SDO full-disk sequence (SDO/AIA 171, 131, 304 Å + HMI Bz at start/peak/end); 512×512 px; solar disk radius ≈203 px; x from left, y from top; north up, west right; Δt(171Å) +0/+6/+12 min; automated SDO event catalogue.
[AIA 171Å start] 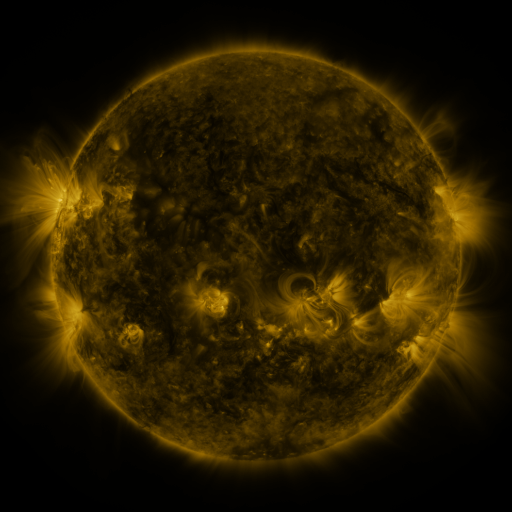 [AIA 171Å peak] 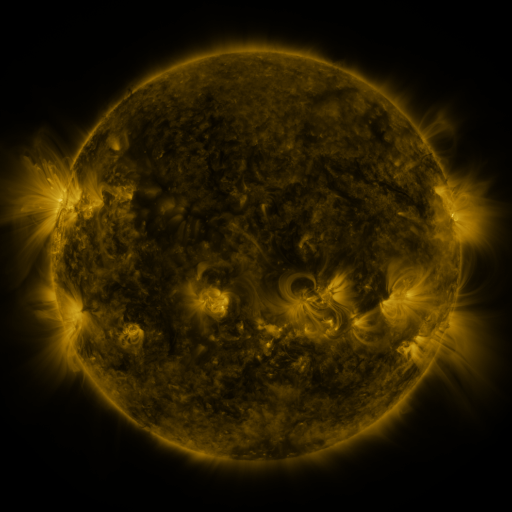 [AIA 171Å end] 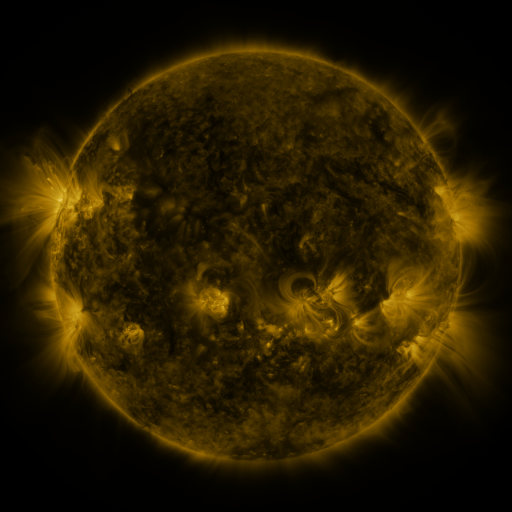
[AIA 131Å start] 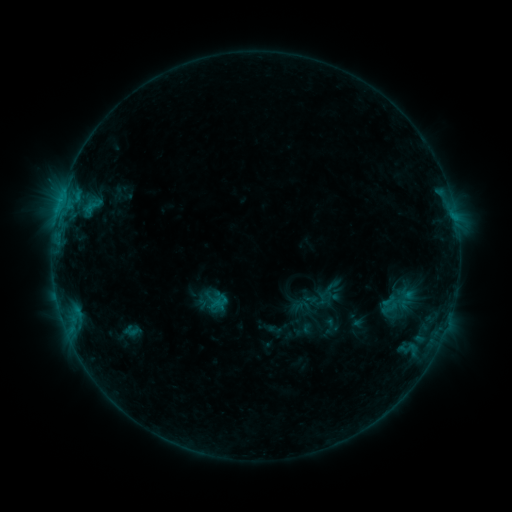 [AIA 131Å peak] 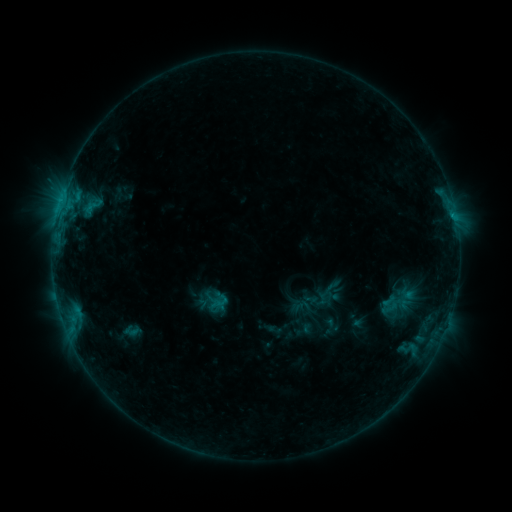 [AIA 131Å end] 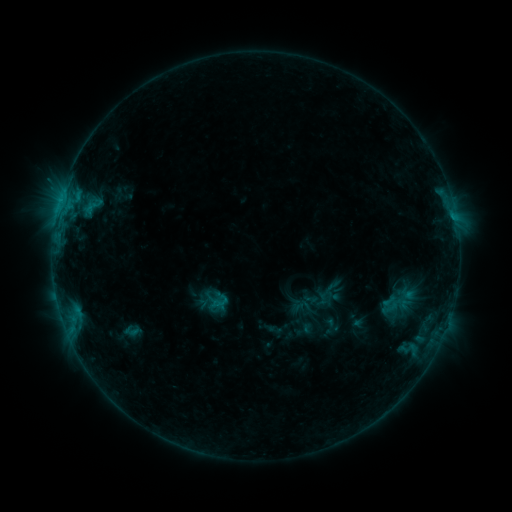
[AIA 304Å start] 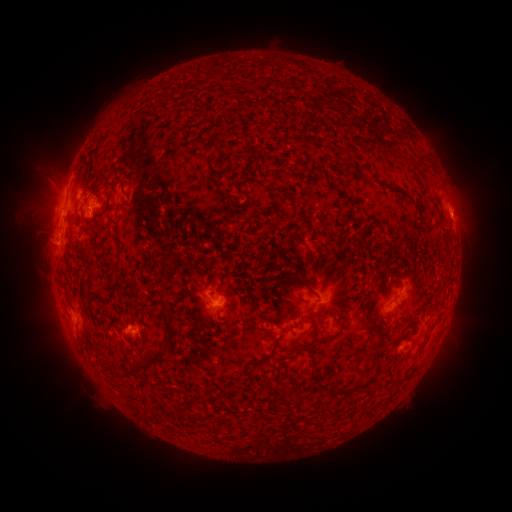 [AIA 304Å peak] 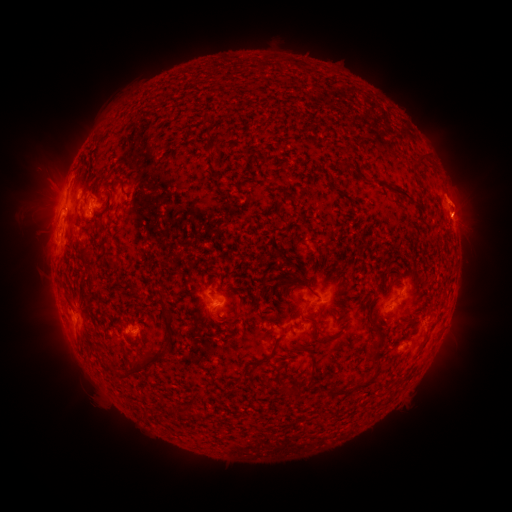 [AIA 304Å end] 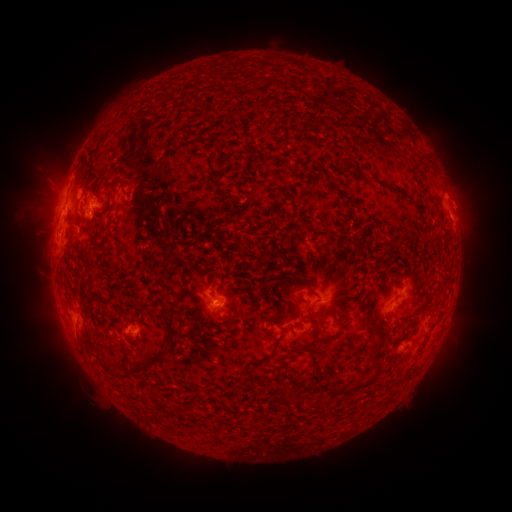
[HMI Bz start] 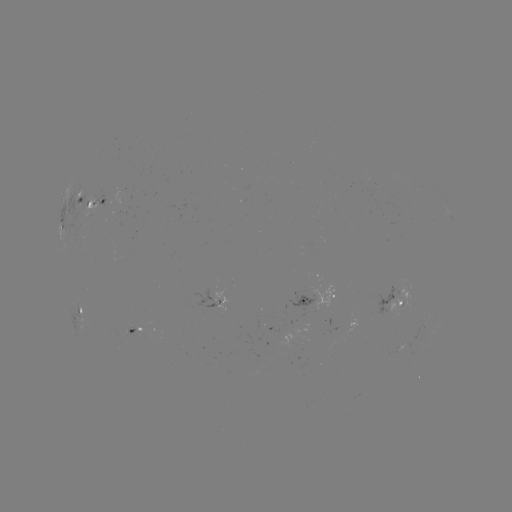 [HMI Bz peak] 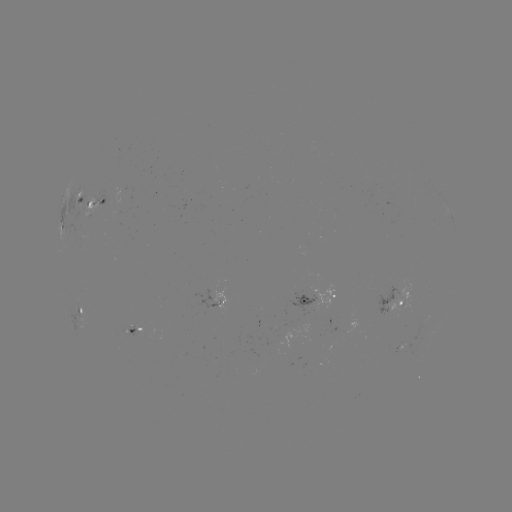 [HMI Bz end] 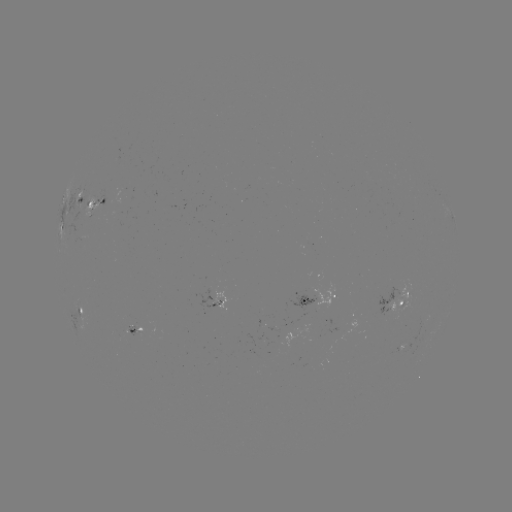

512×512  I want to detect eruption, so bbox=[429, 155, 496, 252].